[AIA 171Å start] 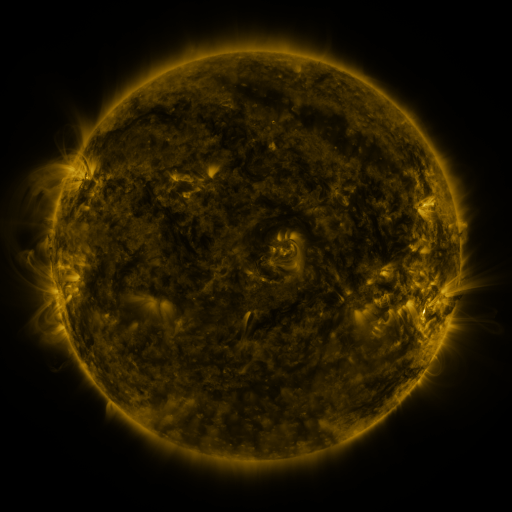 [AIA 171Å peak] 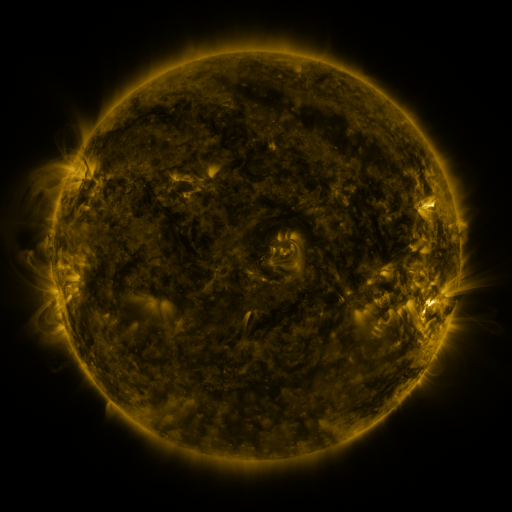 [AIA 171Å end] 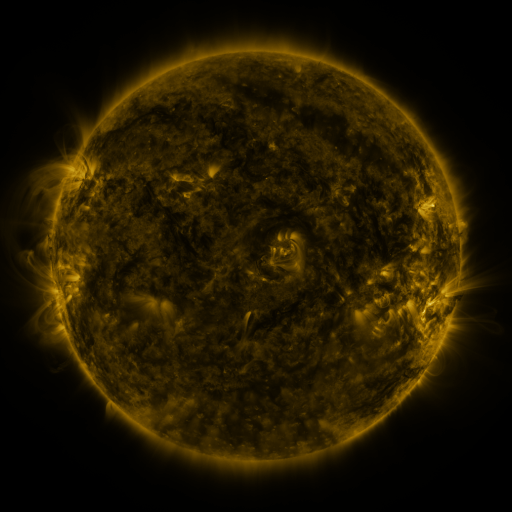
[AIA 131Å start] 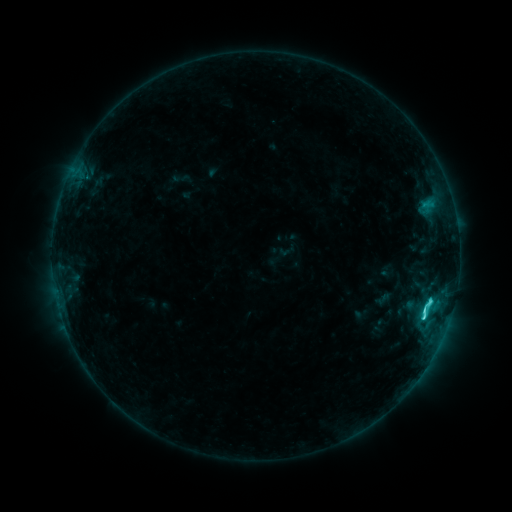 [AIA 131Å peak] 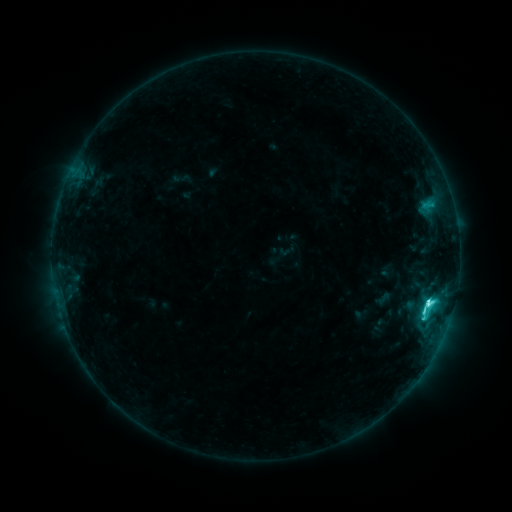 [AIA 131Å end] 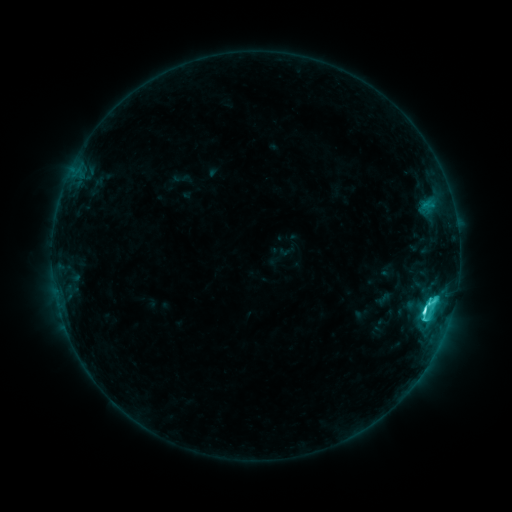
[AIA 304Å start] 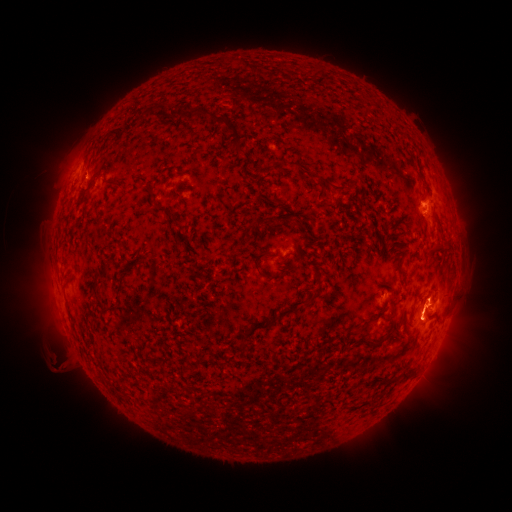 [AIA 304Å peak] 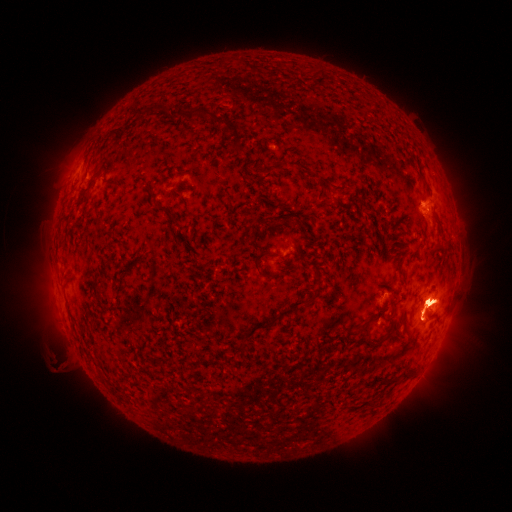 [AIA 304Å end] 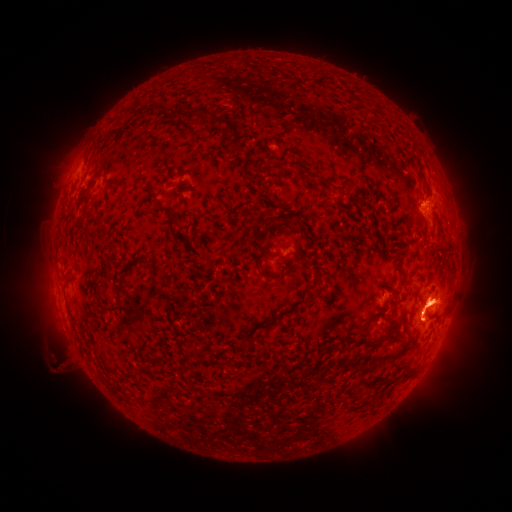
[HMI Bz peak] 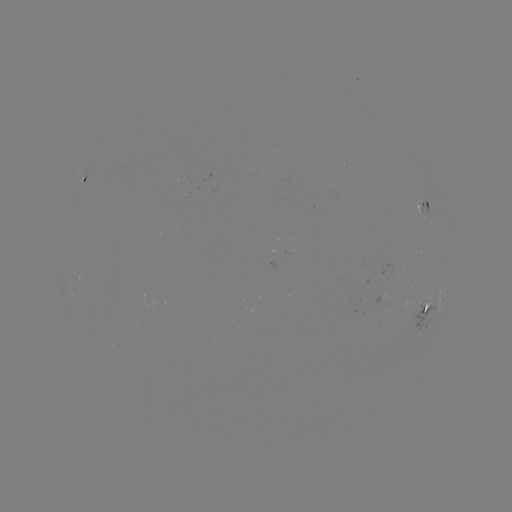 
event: eruption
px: (441, 219)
